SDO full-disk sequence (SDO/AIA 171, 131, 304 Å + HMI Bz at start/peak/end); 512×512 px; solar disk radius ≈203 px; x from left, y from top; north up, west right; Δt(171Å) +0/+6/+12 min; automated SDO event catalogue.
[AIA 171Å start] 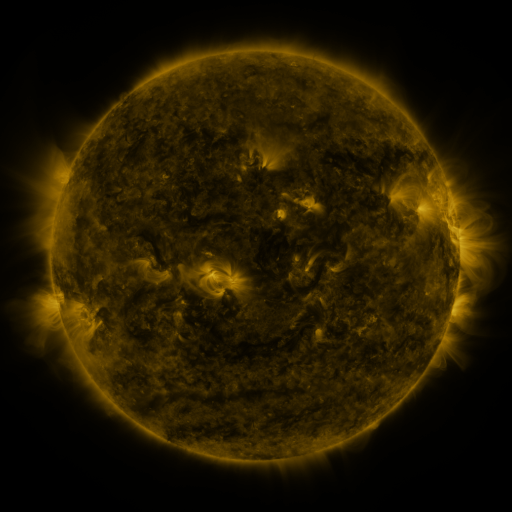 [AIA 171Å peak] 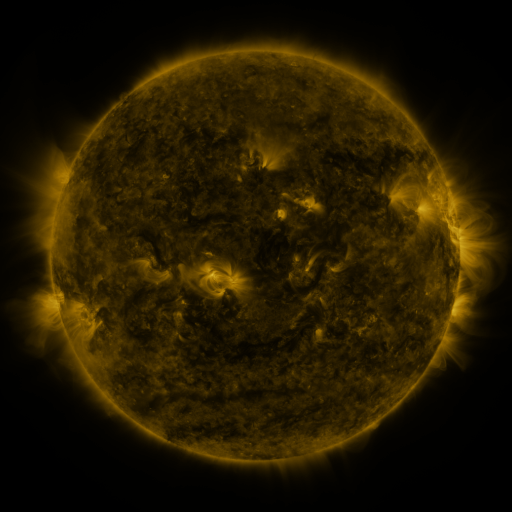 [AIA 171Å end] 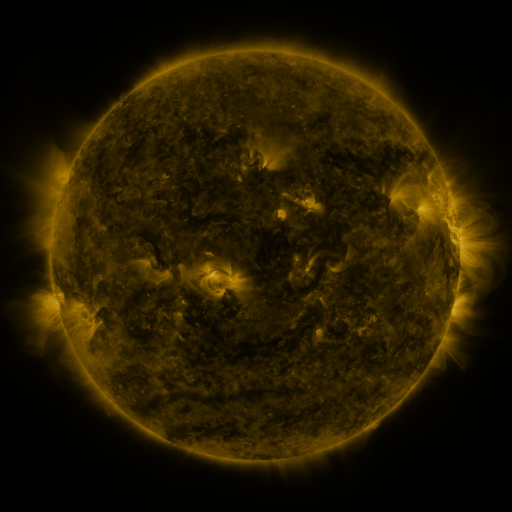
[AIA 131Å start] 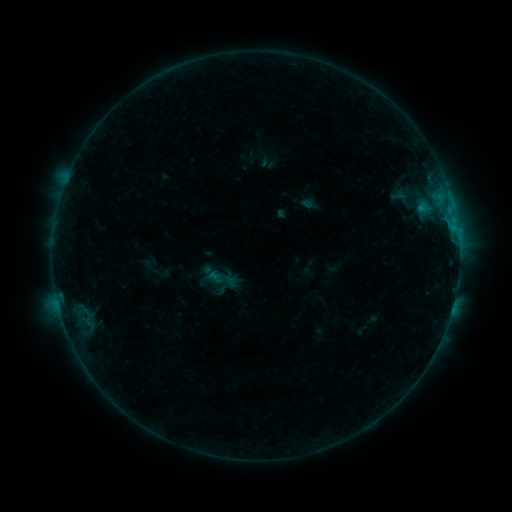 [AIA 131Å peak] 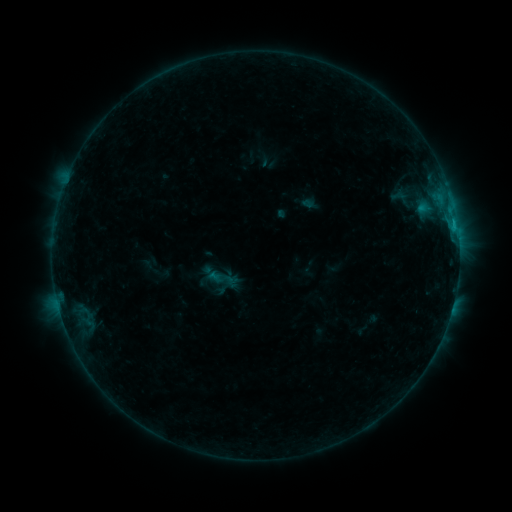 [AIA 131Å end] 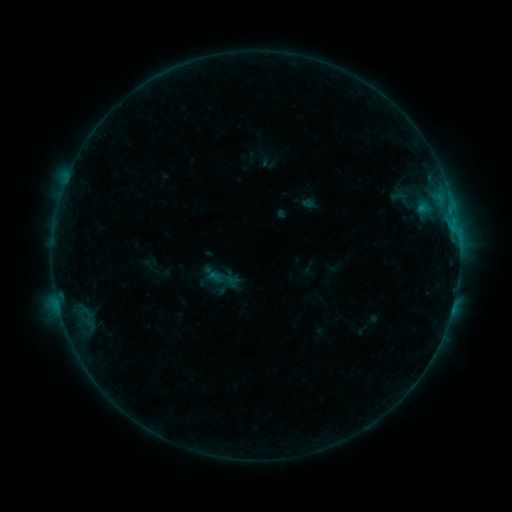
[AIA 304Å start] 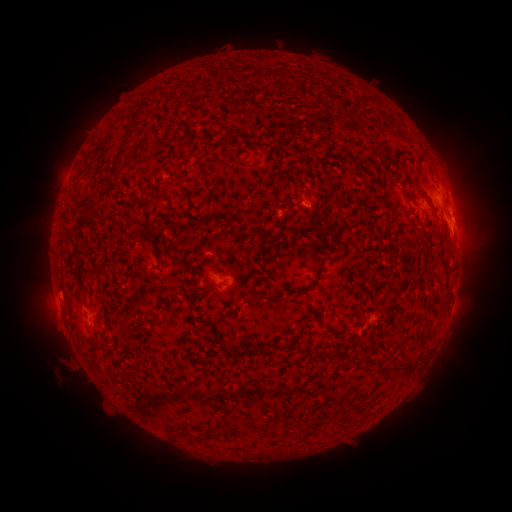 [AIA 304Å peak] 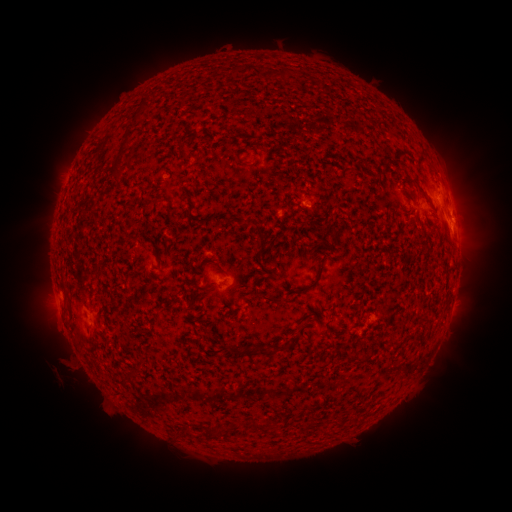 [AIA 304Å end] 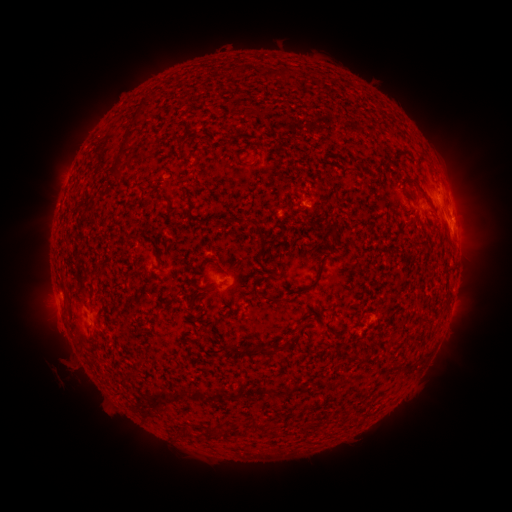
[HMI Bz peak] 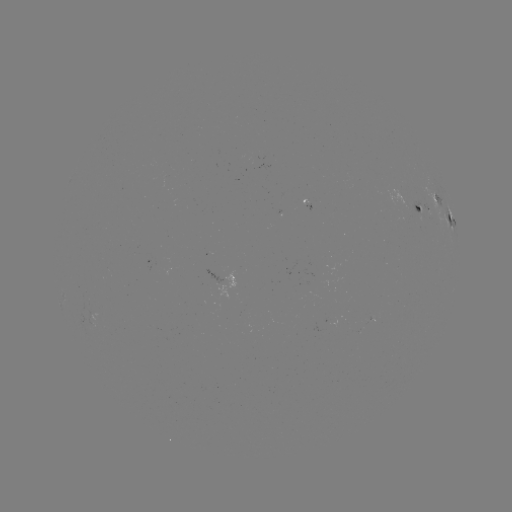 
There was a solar flare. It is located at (452, 225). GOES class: B4.2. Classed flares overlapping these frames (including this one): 1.